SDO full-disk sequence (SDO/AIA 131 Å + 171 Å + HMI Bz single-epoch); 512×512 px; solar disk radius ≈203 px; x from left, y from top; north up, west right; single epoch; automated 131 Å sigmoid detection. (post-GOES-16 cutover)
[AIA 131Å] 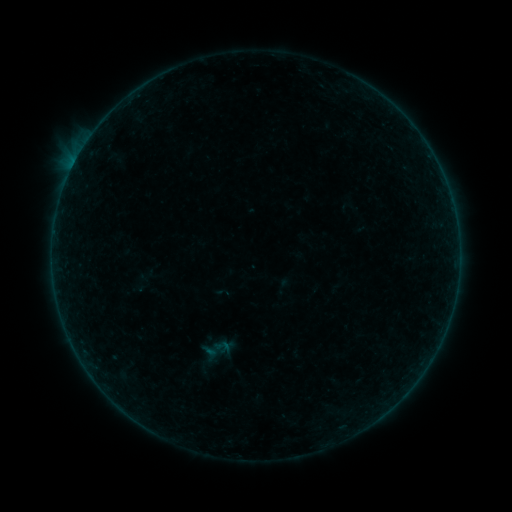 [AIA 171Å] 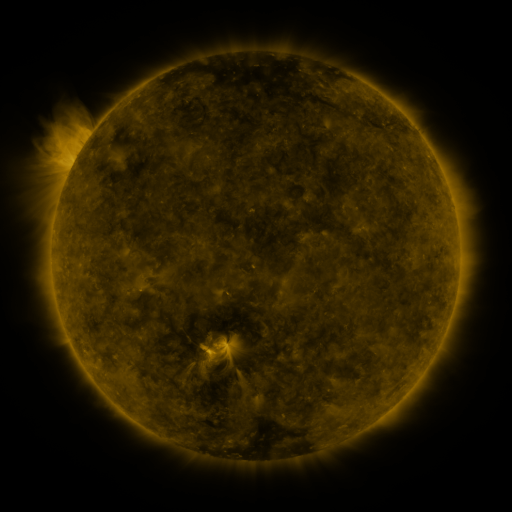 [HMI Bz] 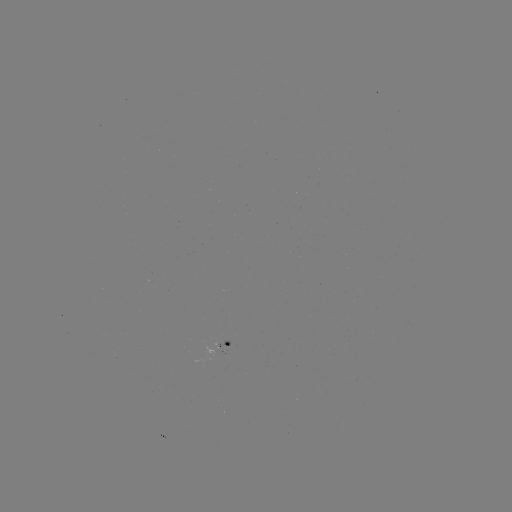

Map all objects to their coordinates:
sigmoid: (222, 346)
